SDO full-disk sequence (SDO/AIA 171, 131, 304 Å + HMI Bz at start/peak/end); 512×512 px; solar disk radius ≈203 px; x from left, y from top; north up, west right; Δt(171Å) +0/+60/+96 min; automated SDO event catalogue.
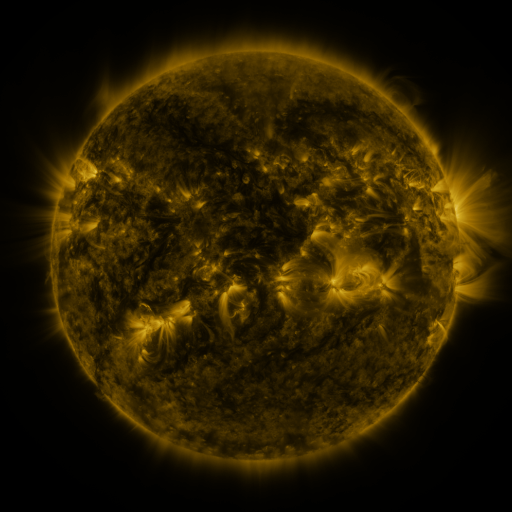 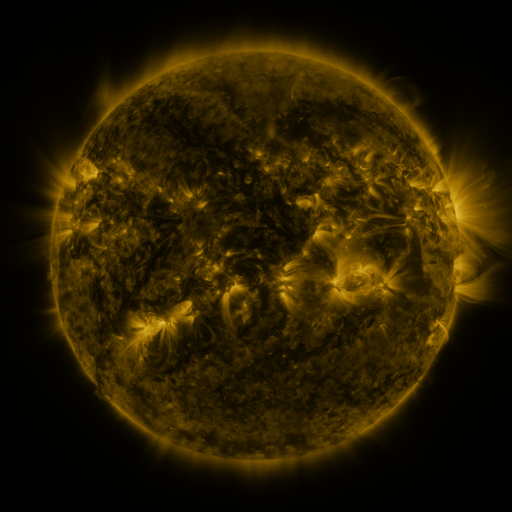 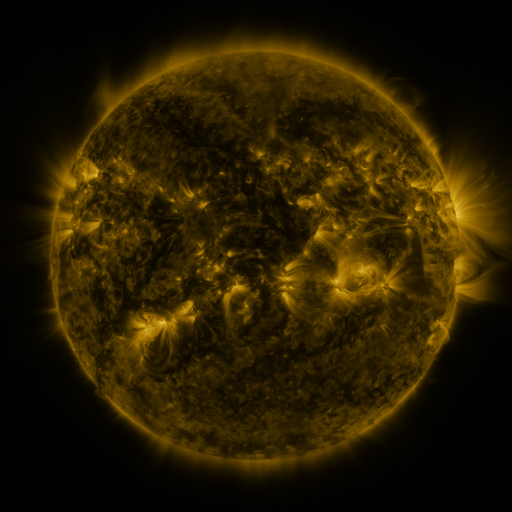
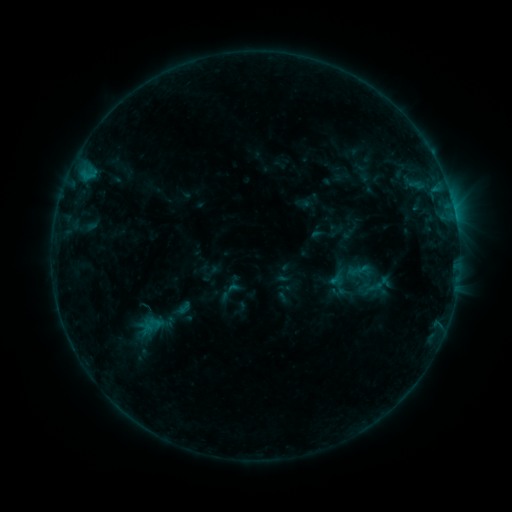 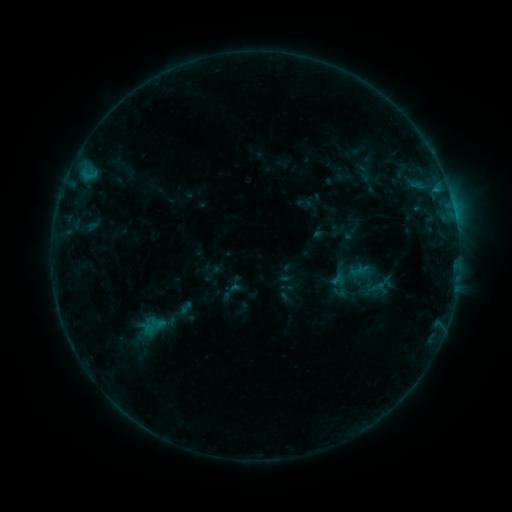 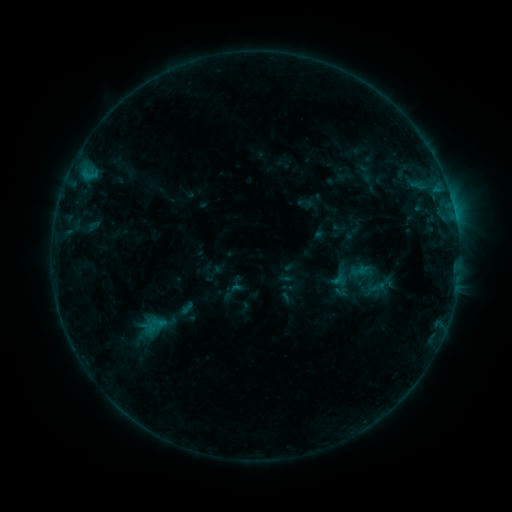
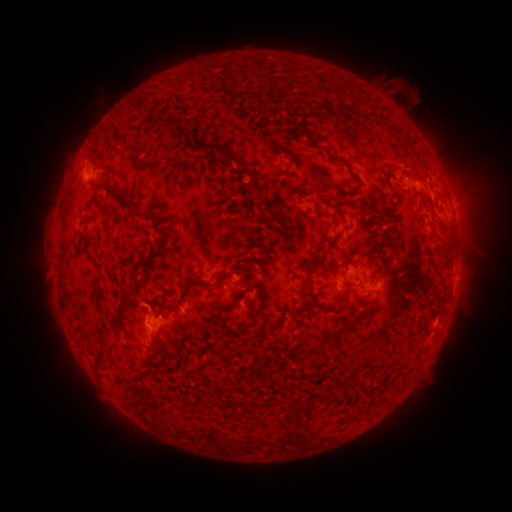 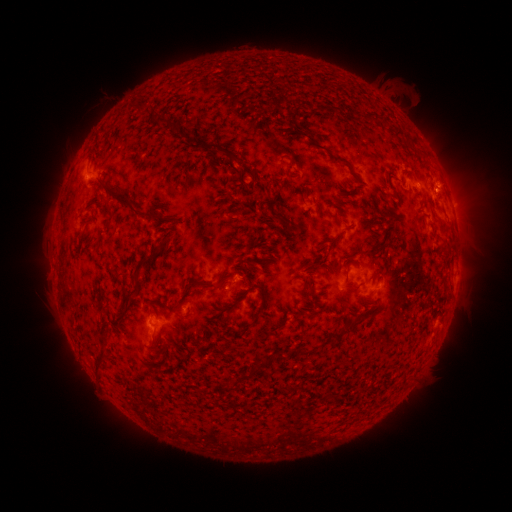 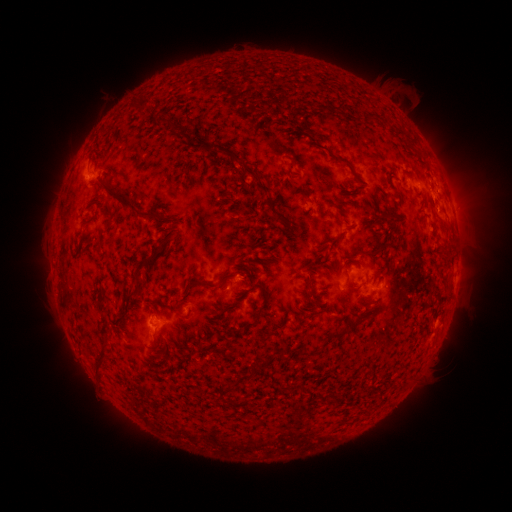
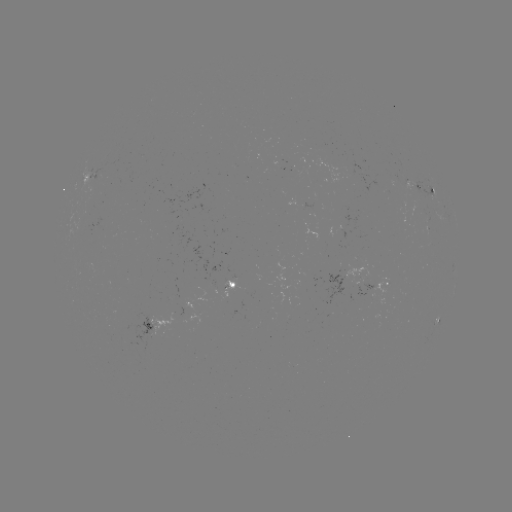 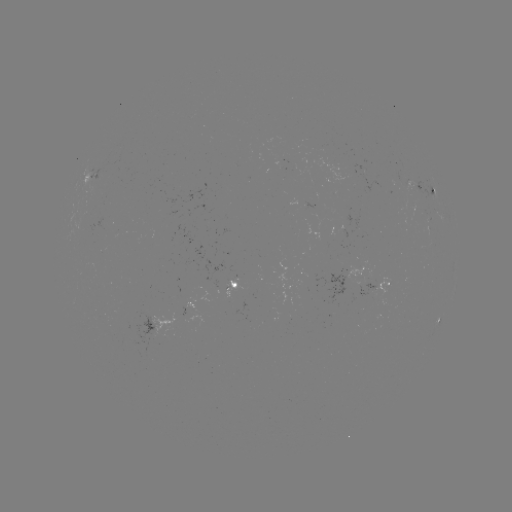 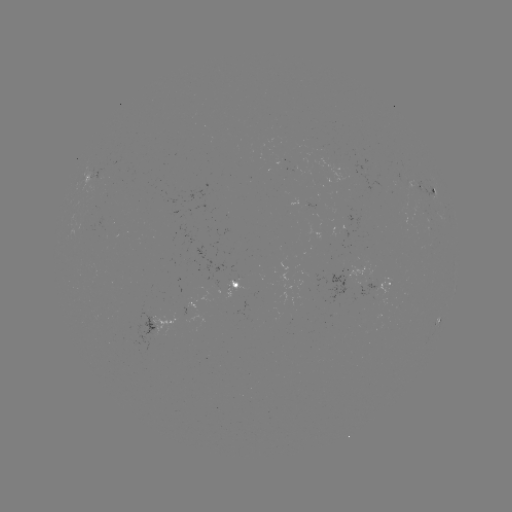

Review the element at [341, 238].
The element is emerging-flux region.